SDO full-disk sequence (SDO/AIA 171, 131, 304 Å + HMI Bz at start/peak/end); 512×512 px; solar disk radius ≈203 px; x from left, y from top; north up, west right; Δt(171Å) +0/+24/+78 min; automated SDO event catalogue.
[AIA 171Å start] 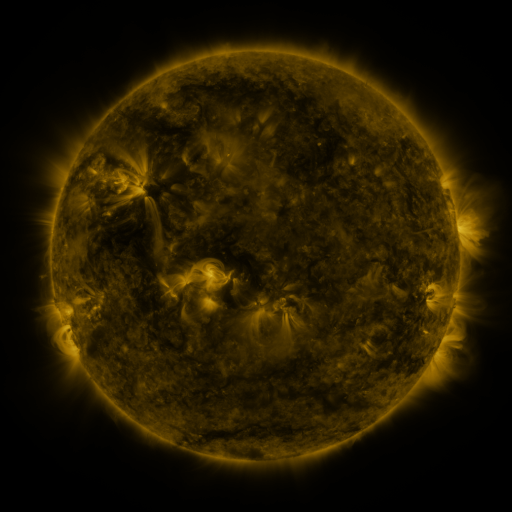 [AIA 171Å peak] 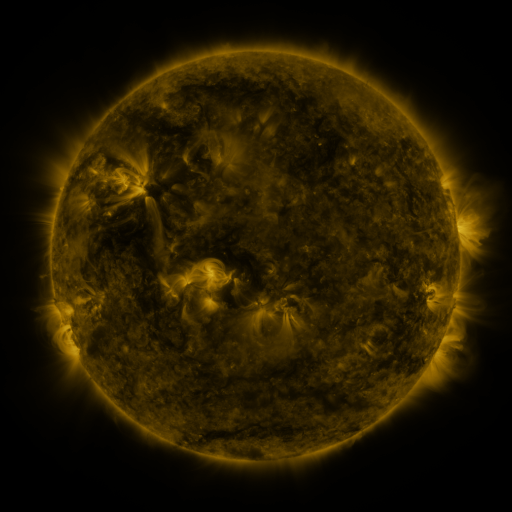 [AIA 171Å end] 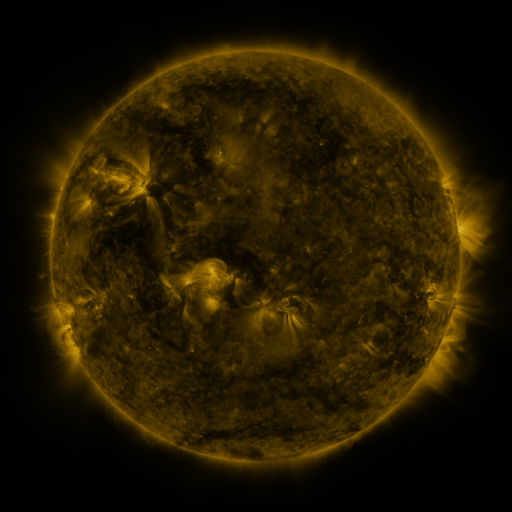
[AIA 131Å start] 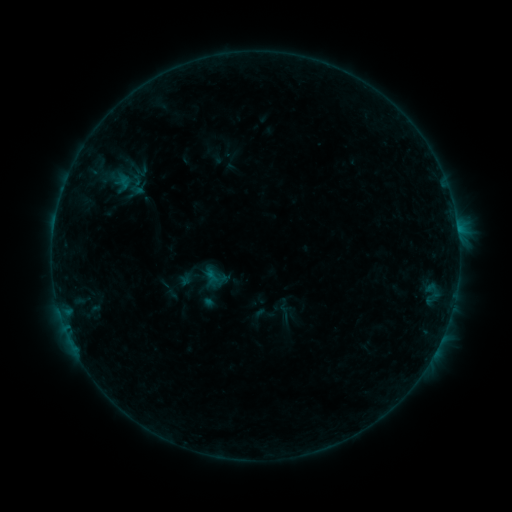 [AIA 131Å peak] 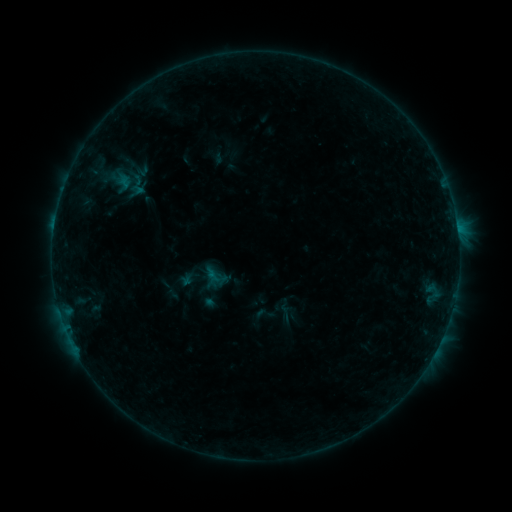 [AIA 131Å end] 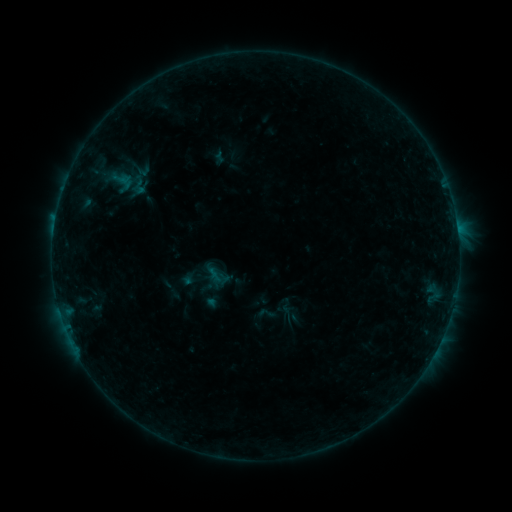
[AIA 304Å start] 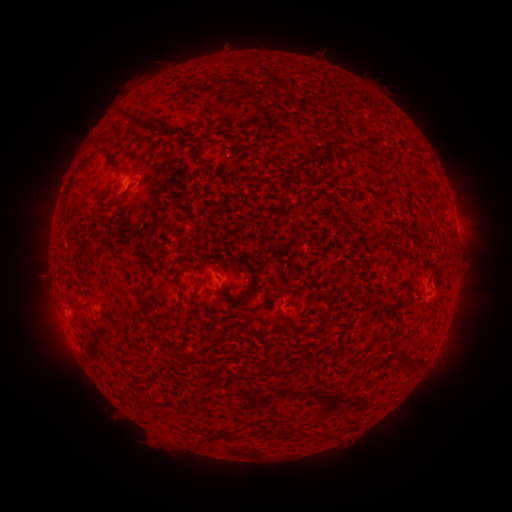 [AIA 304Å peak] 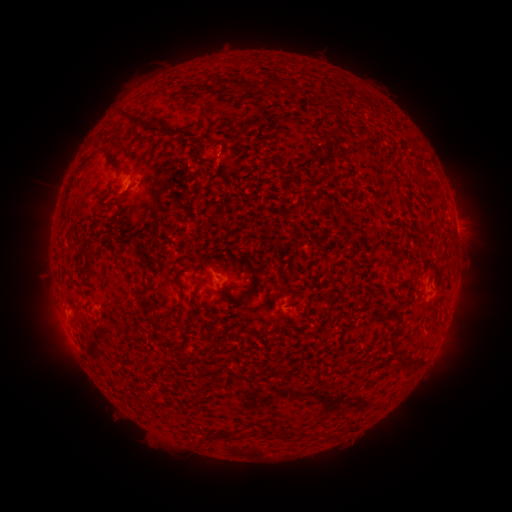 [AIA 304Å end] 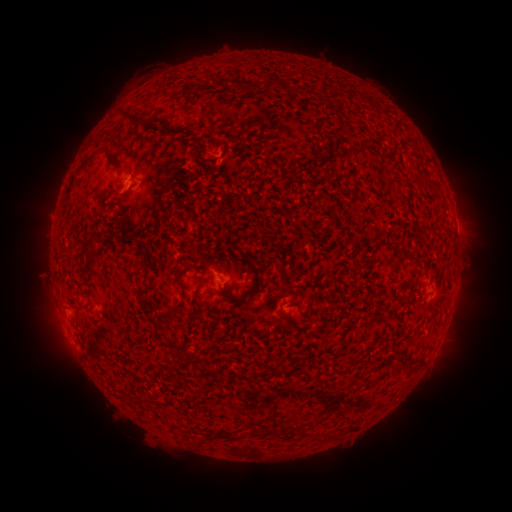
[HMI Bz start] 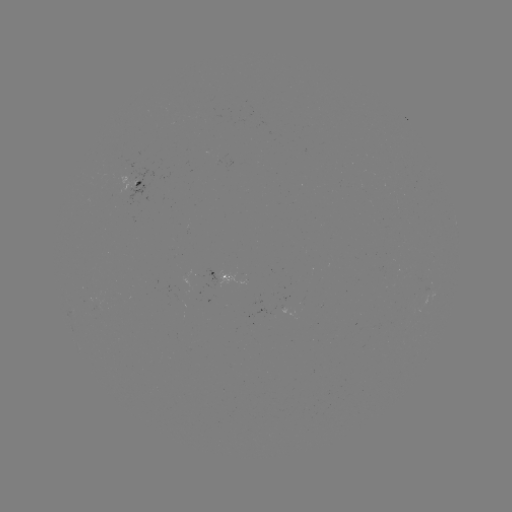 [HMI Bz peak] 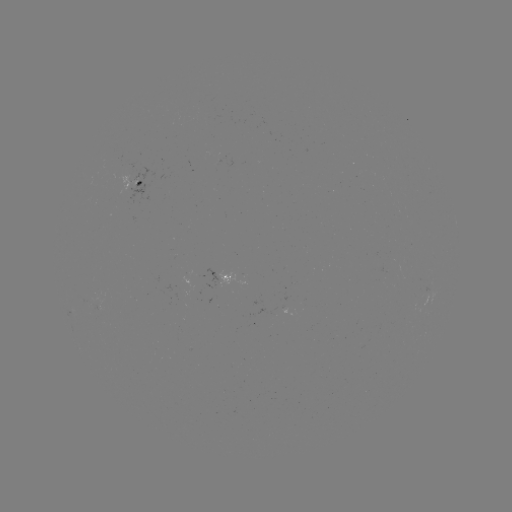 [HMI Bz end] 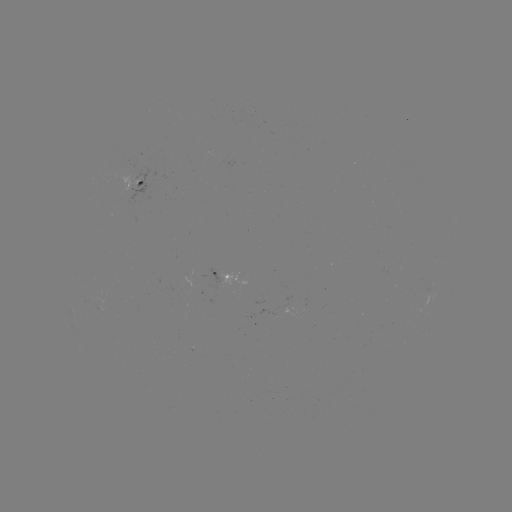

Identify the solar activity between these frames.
B3.5 flare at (54, 227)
